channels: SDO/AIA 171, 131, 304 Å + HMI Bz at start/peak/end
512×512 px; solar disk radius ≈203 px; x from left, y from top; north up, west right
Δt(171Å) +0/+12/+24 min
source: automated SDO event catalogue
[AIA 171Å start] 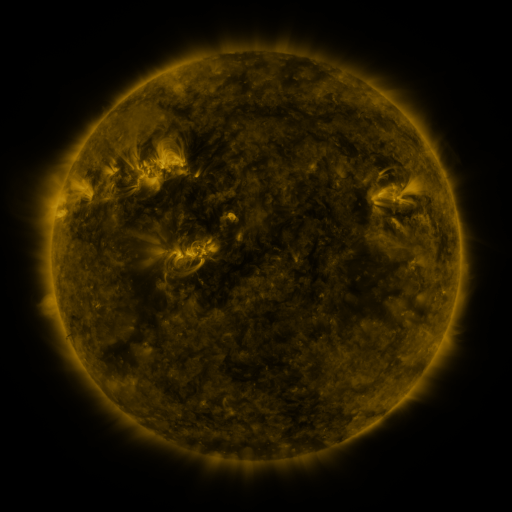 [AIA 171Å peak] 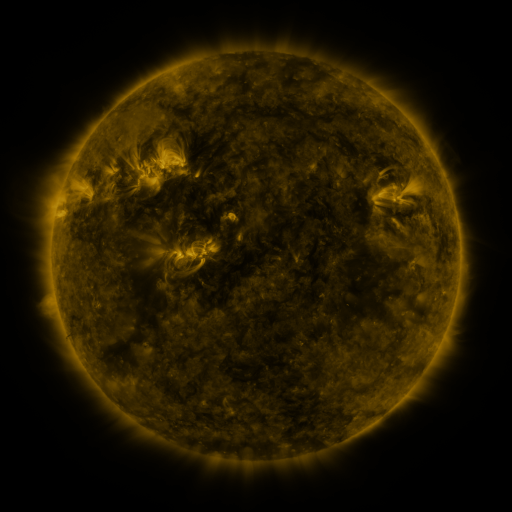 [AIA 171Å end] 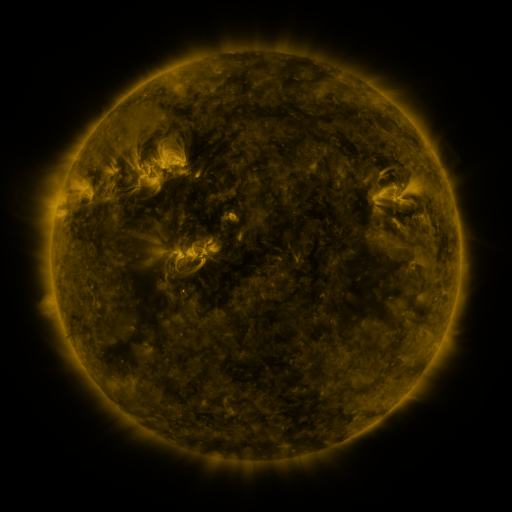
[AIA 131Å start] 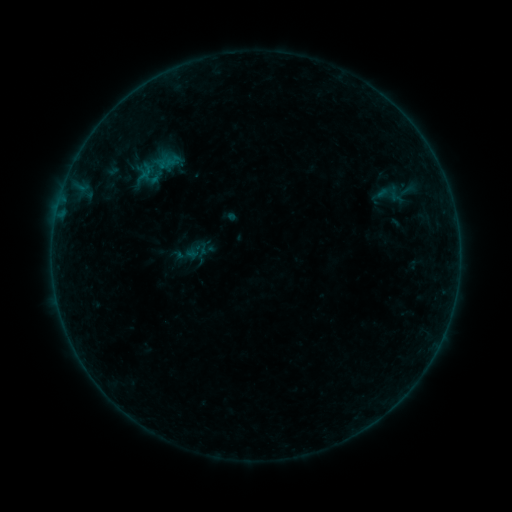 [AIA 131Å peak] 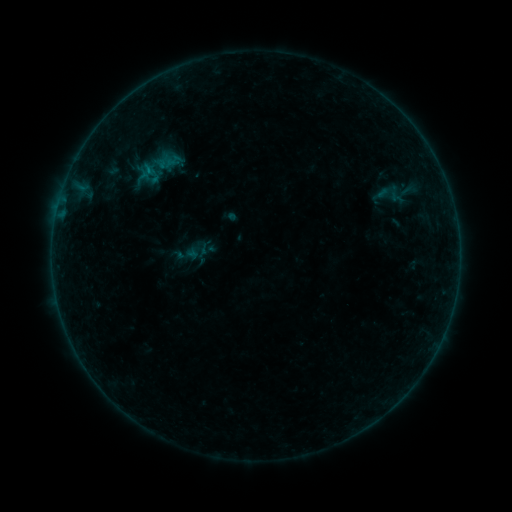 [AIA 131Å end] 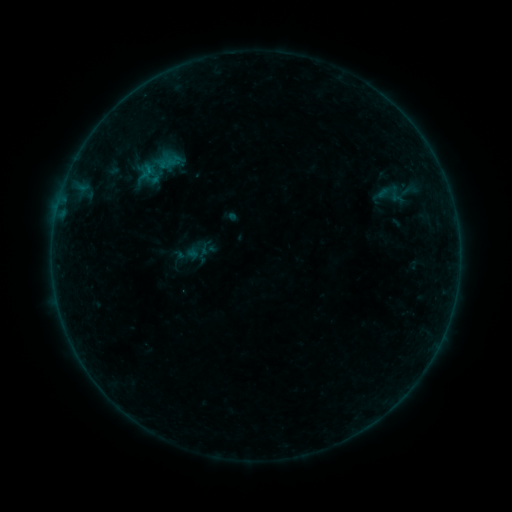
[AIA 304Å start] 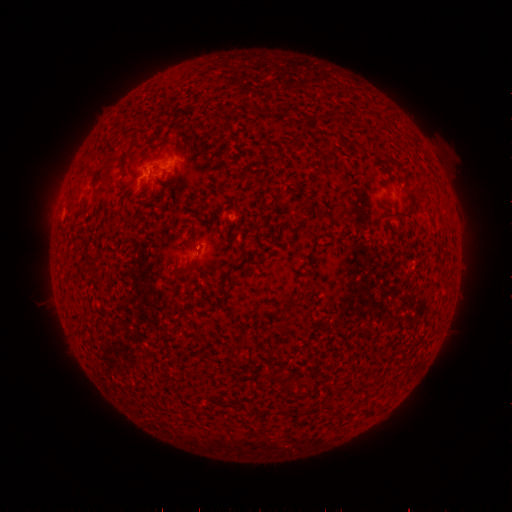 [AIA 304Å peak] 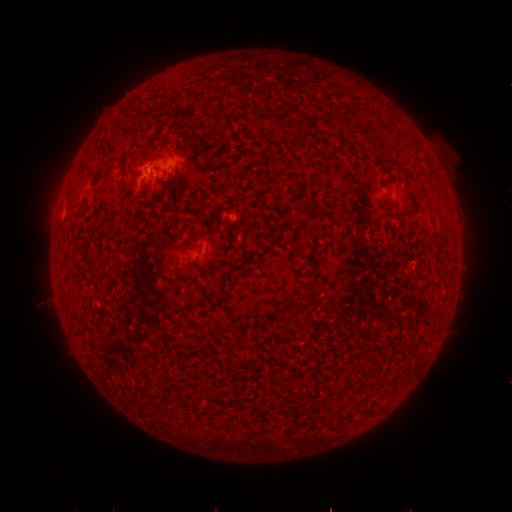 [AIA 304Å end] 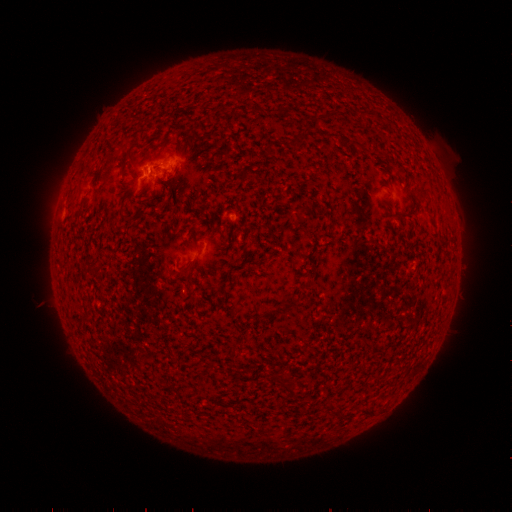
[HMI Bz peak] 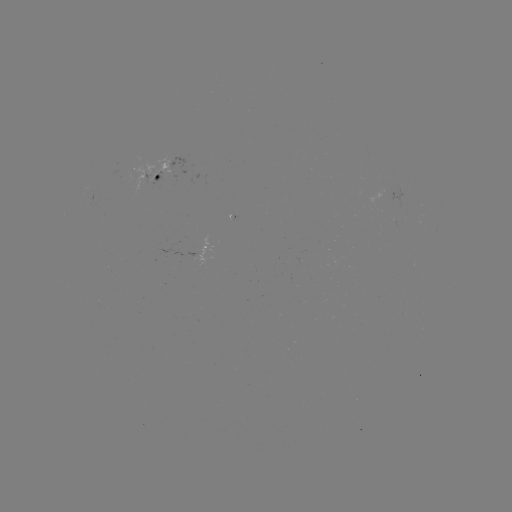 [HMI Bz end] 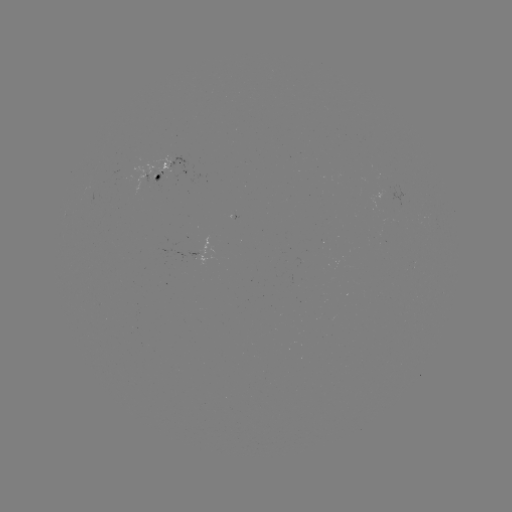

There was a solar flare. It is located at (150, 173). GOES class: B2.4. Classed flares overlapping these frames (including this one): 1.